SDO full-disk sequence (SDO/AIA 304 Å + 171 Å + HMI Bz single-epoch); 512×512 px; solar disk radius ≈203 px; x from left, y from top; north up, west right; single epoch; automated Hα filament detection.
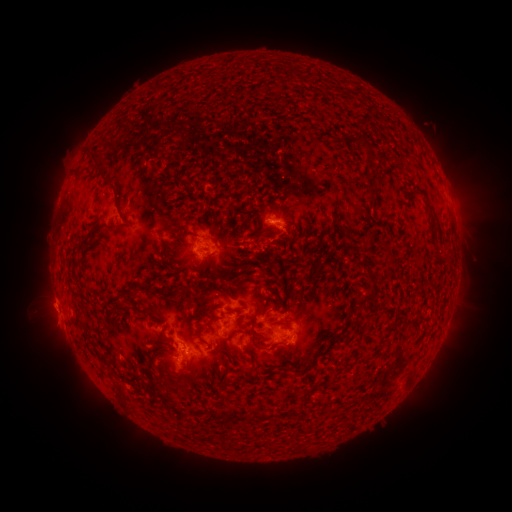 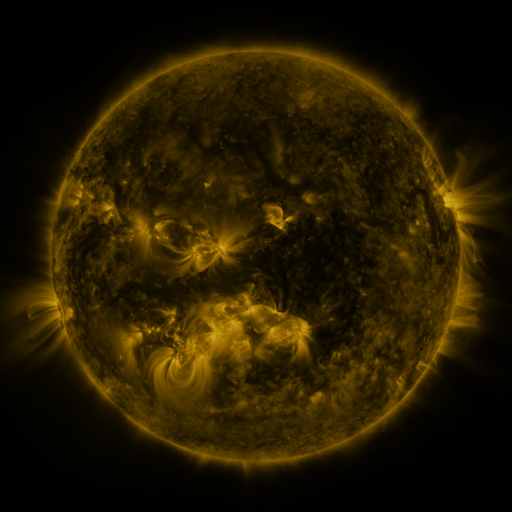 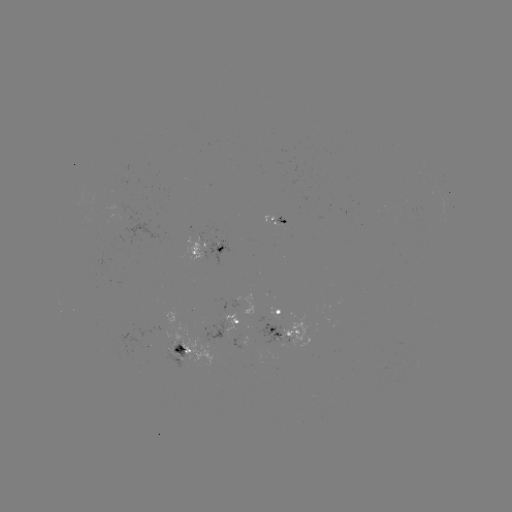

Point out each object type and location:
filament: <bbox>355, 130, 371, 165</bbox>
filament: <bbox>84, 151, 101, 168</bbox>
filament: <bbox>95, 170, 128, 226</bbox>
filament: <bbox>363, 174, 372, 186</bbox>
filament: <bbox>424, 197, 433, 213</bbox>
filament: <bbox>81, 225, 111, 247</bbox>
filament: <bbox>156, 248, 172, 269</bbox>
filament: <bbox>187, 263, 202, 274</bbox>
filament: <bbox>362, 263, 378, 303</bbox>
filament: <bbox>228, 265, 238, 273</bbox>
filament: <bbox>220, 288, 234, 298</bbox>
filament: <bbox>251, 303, 262, 327</bbox>
filament: <bbox>114, 304, 150, 320</bbox>
filament: <bbox>77, 313, 86, 321</bbox>
filament: <bbox>278, 319, 292, 327</bbox>
filament: <bbox>198, 327, 209, 345</bbox>
filament: <bbox>257, 333, 279, 350</bbox>
filament: <bbox>329, 336, 341, 346</bbox>
filament: <bbox>311, 346, 330, 358</bbox>
filament: <bbox>291, 354, 310, 373</bbox>
filament: <bbox>279, 364, 291, 372</bbox>
filament: <bbox>117, 384, 130, 404</bbox>
filament: <bbox>222, 437, 230, 450</bbox>
